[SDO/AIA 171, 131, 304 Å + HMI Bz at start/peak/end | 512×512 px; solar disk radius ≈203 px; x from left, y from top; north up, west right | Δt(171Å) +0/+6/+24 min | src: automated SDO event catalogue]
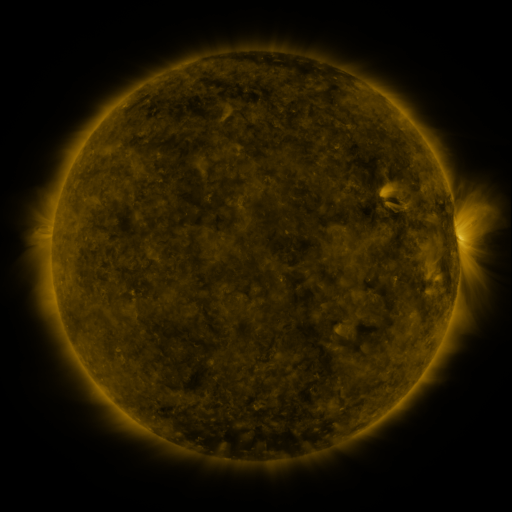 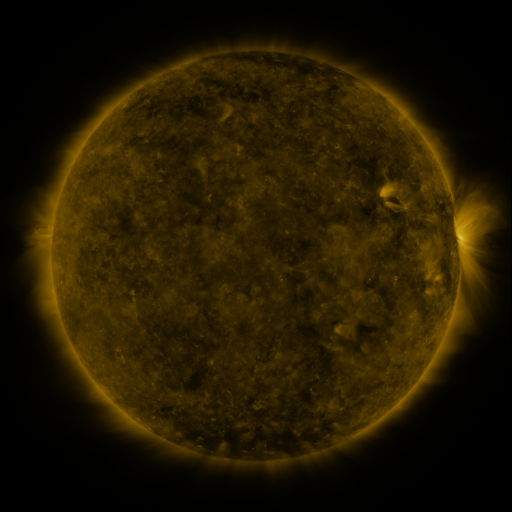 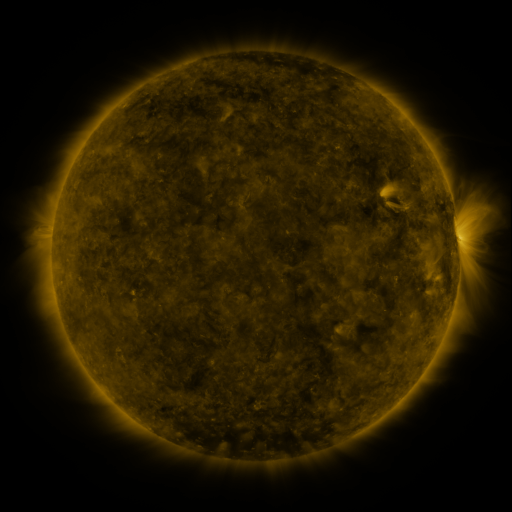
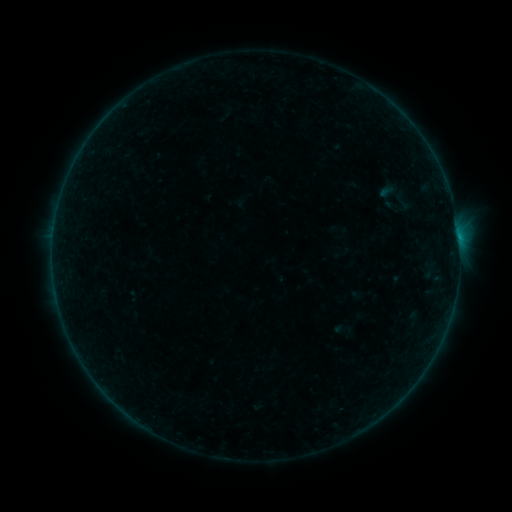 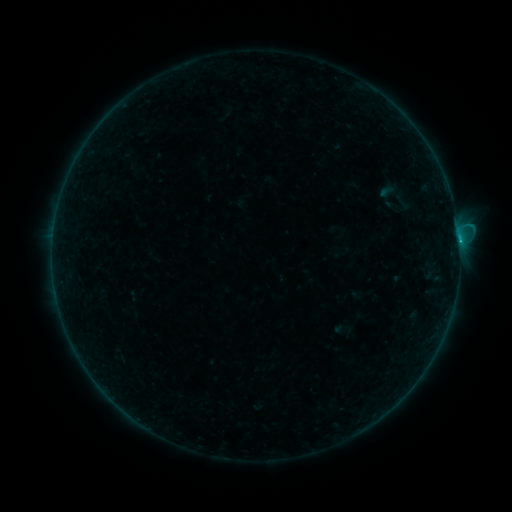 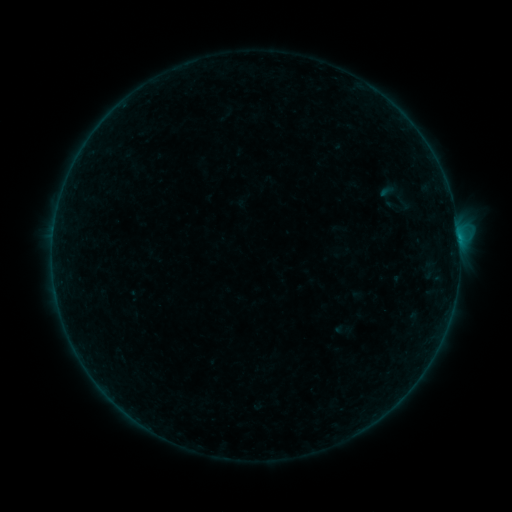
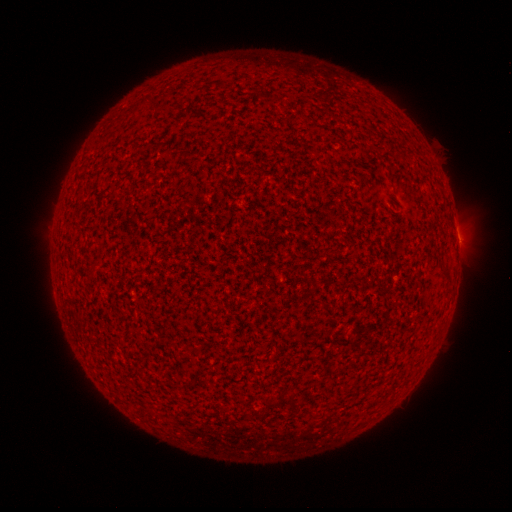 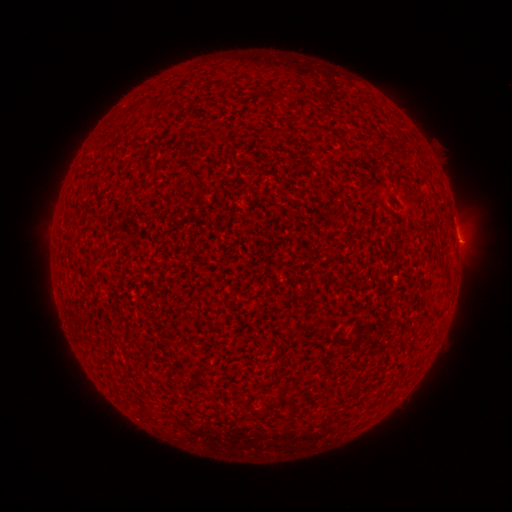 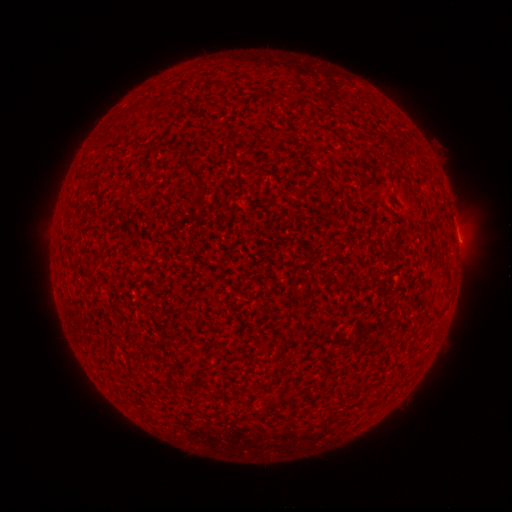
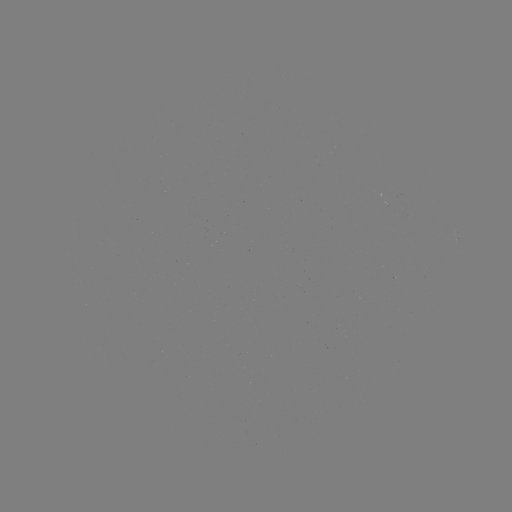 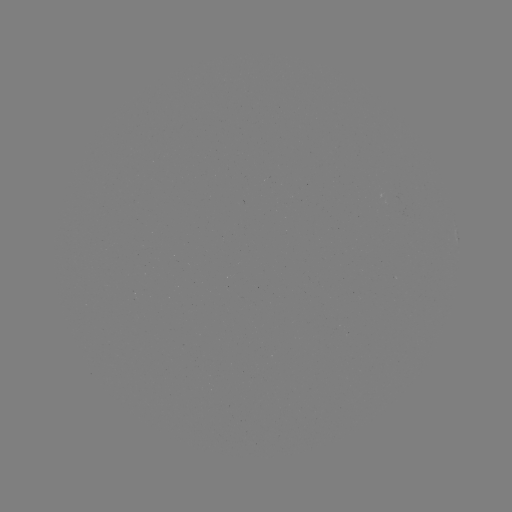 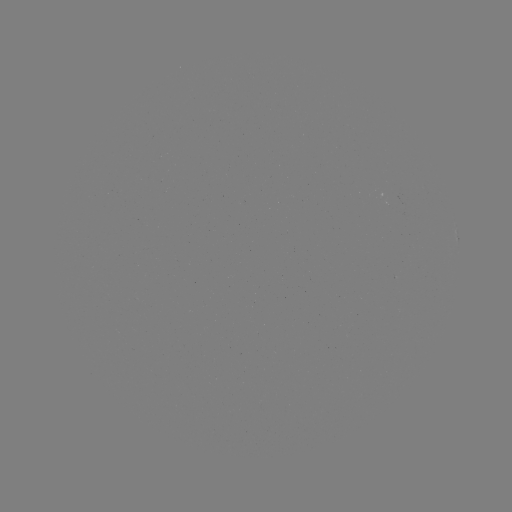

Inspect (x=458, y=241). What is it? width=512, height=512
B5.3 flare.